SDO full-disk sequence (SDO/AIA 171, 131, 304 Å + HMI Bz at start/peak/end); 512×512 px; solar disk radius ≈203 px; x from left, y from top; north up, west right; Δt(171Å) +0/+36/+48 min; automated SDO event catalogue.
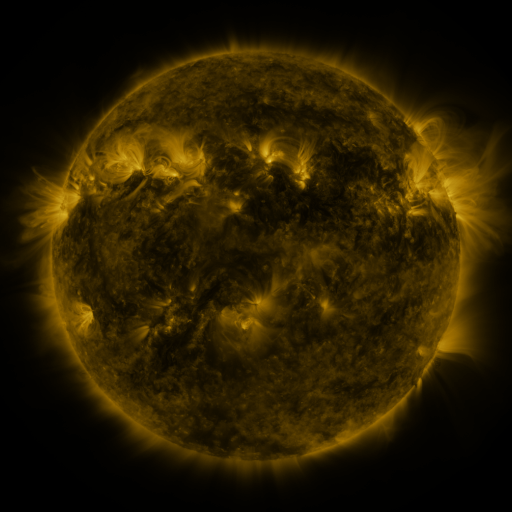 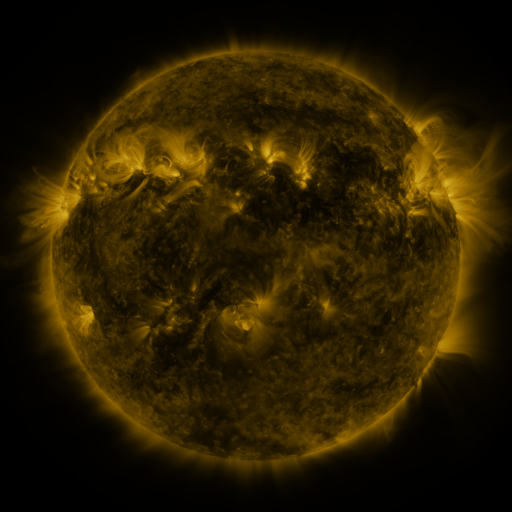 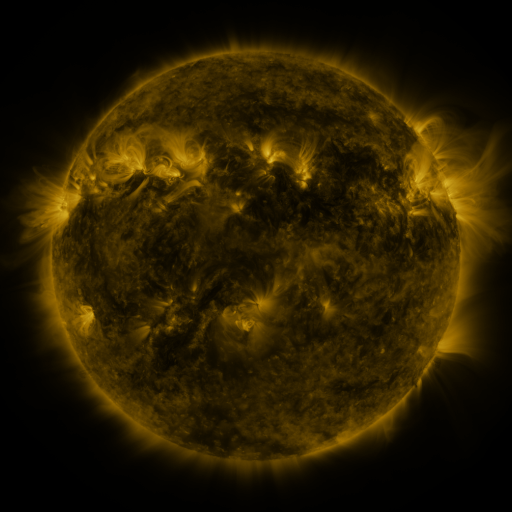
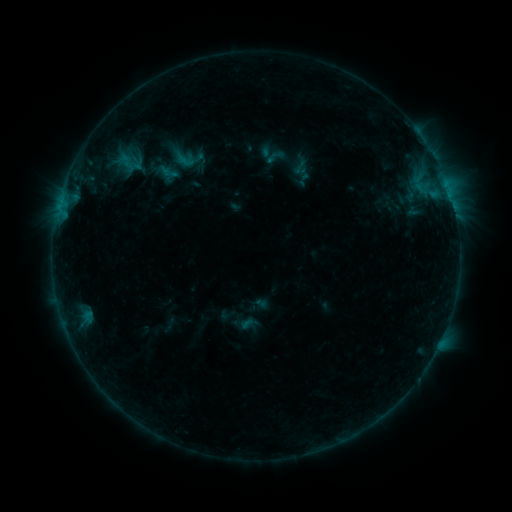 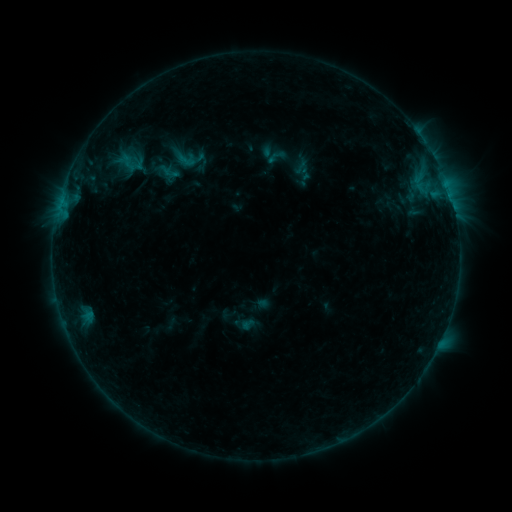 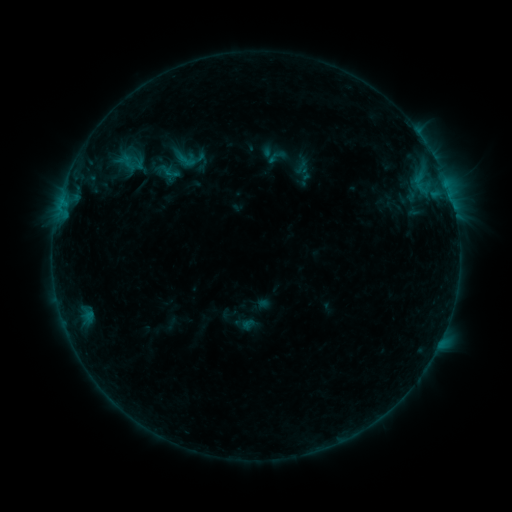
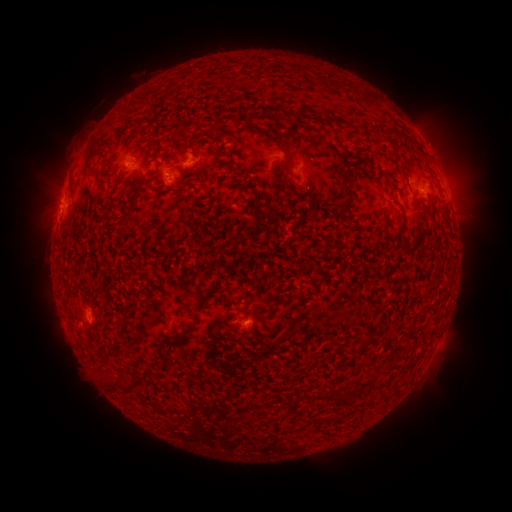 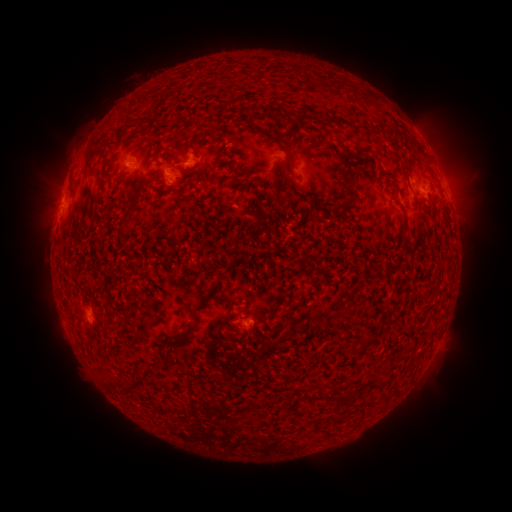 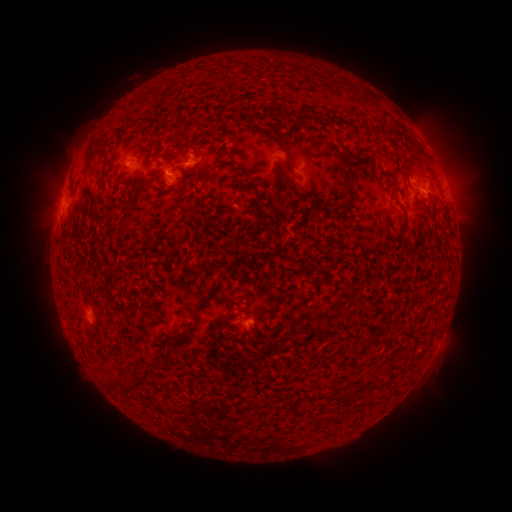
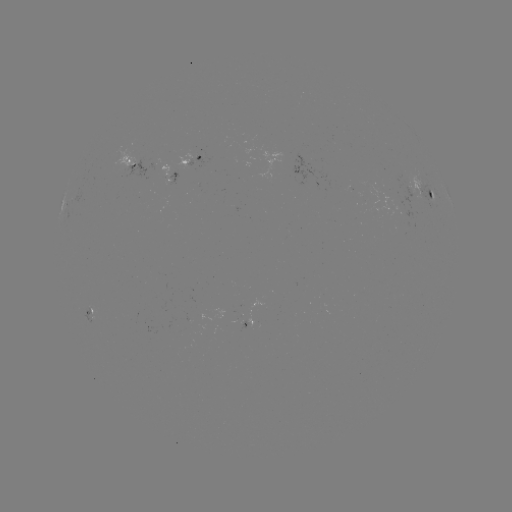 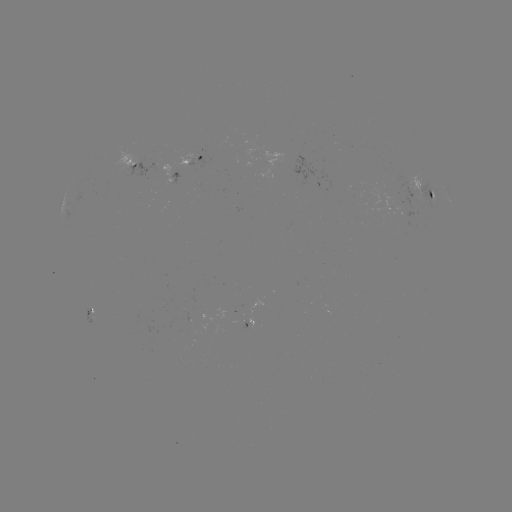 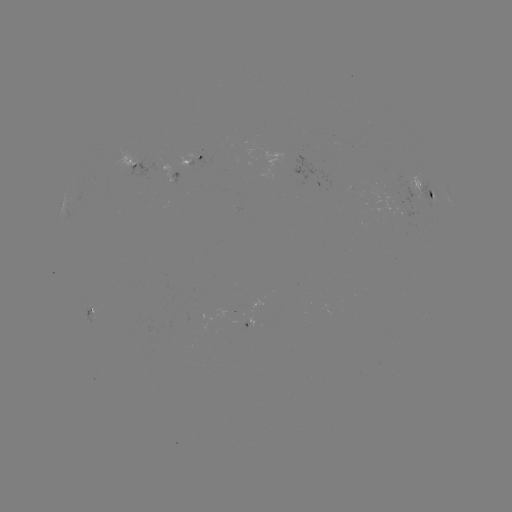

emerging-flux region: [165, 172, 179, 185]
